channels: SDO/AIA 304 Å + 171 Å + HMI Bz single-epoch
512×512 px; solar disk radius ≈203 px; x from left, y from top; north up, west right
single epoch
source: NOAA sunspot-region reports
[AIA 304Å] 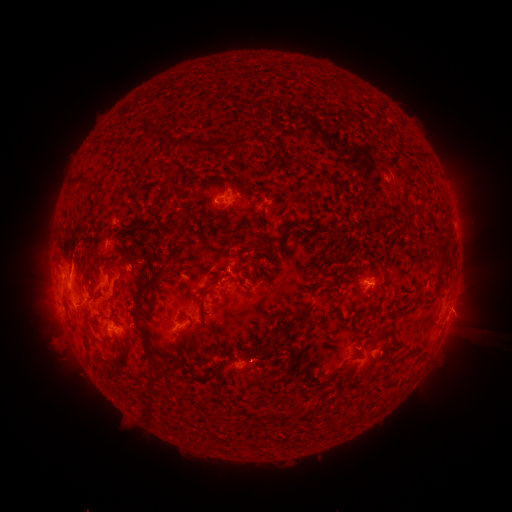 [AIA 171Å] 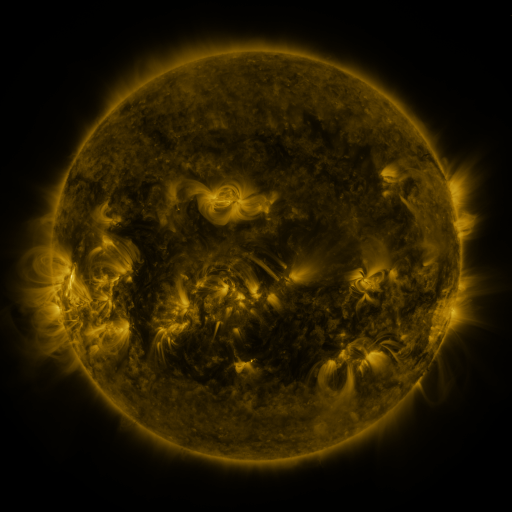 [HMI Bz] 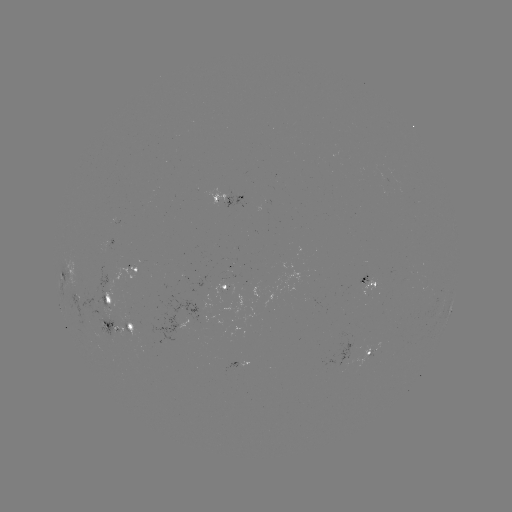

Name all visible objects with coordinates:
spotted active region: (231, 196)
spotted active region: (137, 266)
spotted active region: (367, 283)
spotted active region: (225, 287)
spotted active region: (107, 297)
spotted active region: (451, 306)
spotted active region: (119, 327)
spotted active region: (371, 352)
spotted active region: (241, 363)
